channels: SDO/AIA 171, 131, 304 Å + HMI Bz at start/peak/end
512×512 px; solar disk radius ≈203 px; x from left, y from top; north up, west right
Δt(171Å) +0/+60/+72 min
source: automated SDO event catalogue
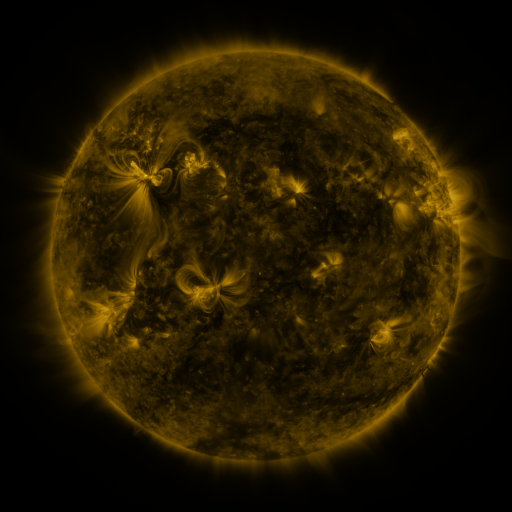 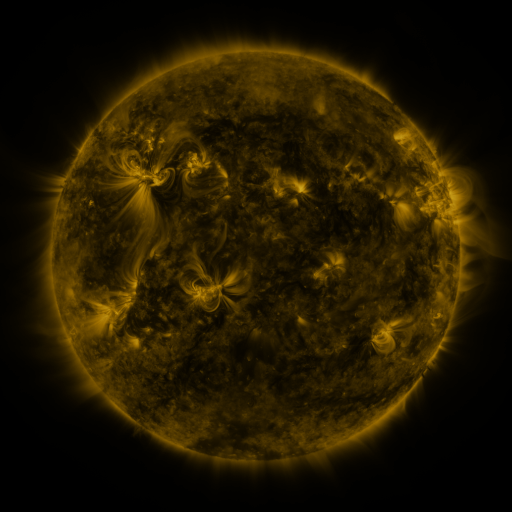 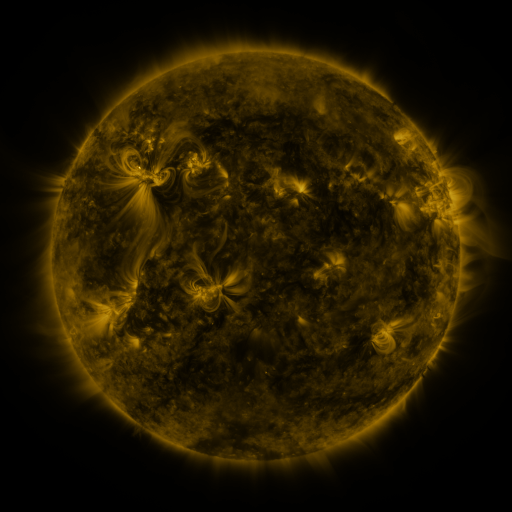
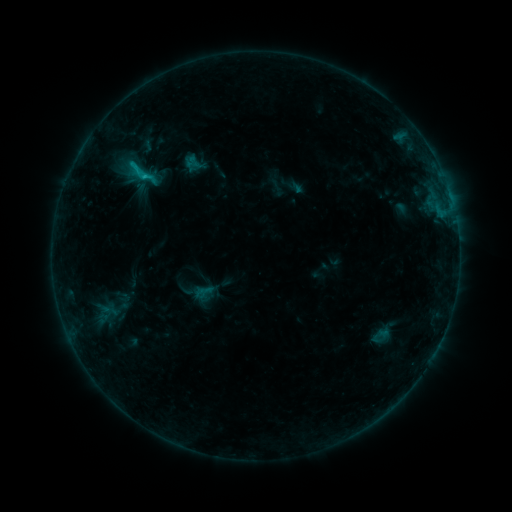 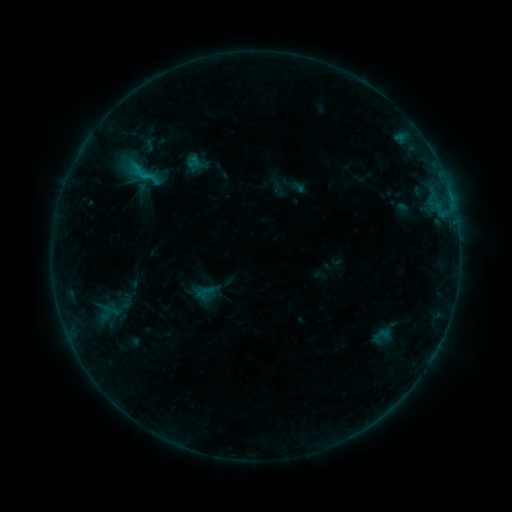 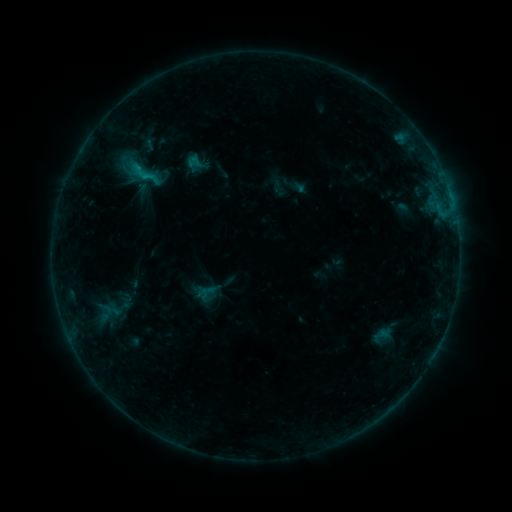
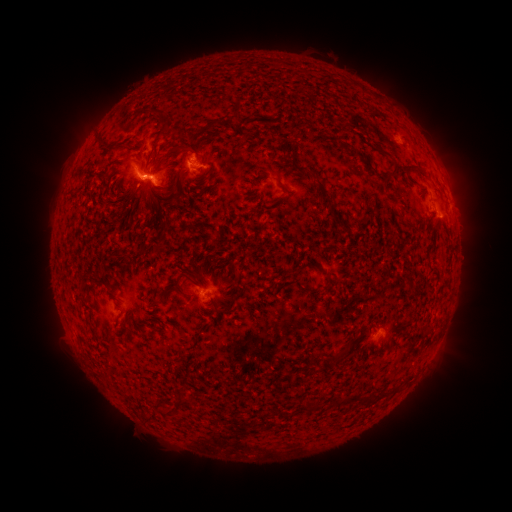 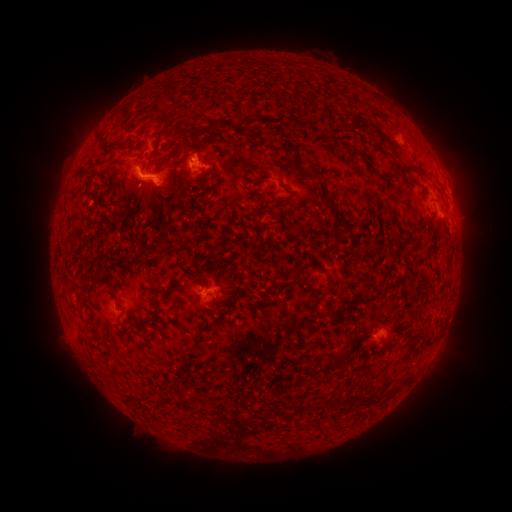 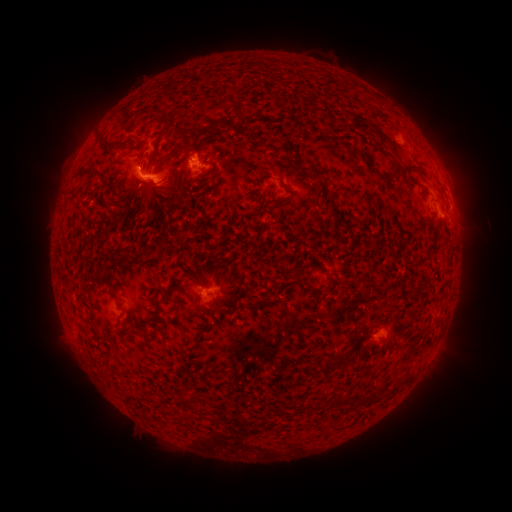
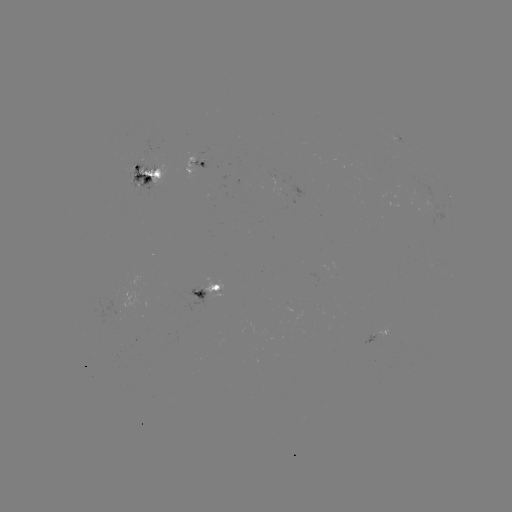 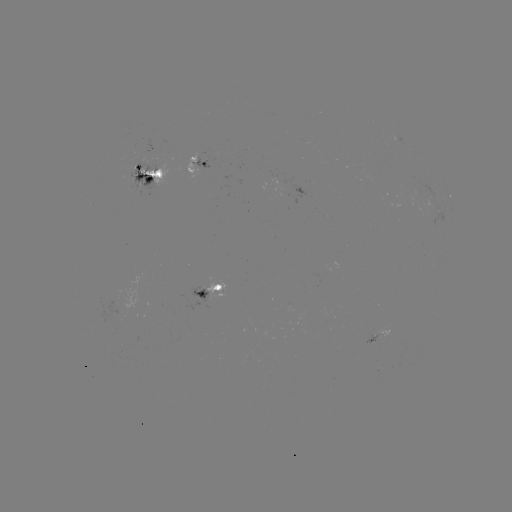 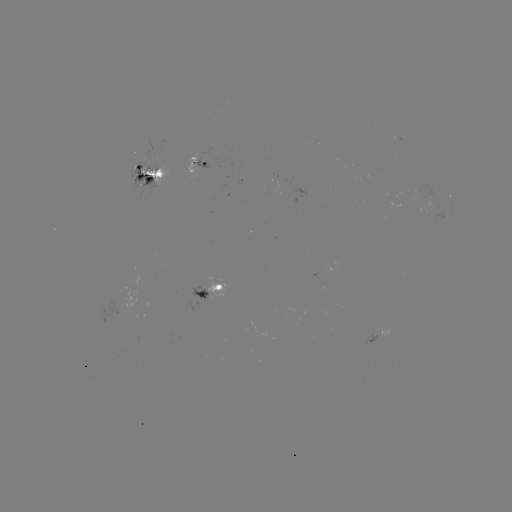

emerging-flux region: (132, 163, 156, 189)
